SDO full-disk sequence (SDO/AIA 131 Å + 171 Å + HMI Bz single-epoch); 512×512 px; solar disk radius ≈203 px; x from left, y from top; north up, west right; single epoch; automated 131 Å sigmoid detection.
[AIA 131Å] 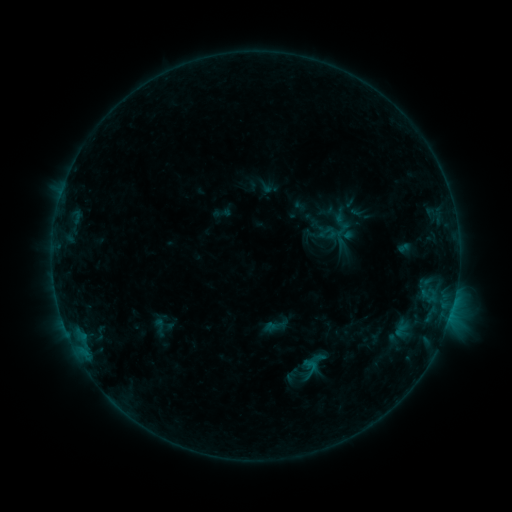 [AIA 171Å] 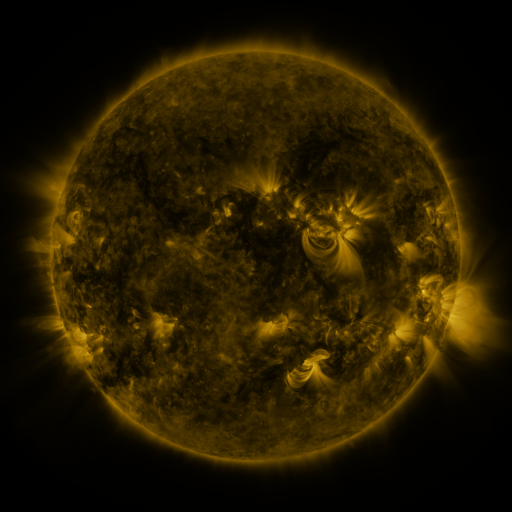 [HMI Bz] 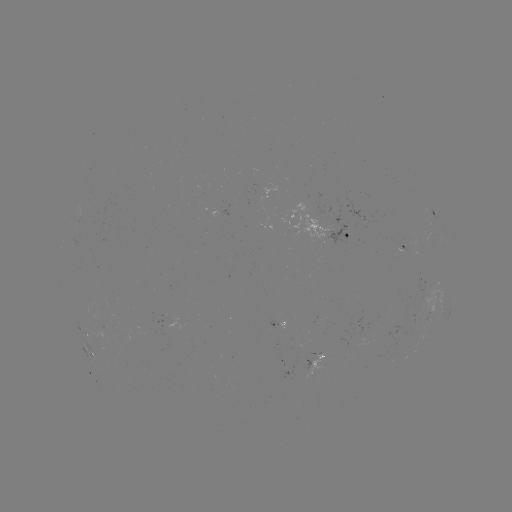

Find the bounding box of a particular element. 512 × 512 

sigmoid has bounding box [146, 315, 173, 339].